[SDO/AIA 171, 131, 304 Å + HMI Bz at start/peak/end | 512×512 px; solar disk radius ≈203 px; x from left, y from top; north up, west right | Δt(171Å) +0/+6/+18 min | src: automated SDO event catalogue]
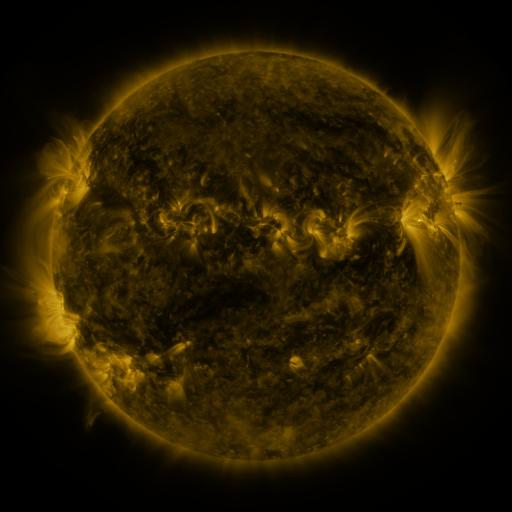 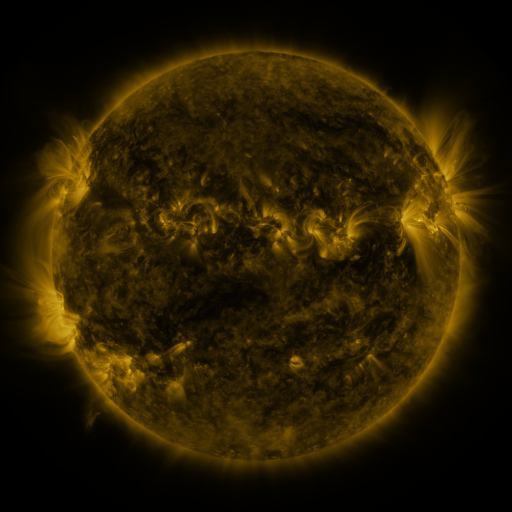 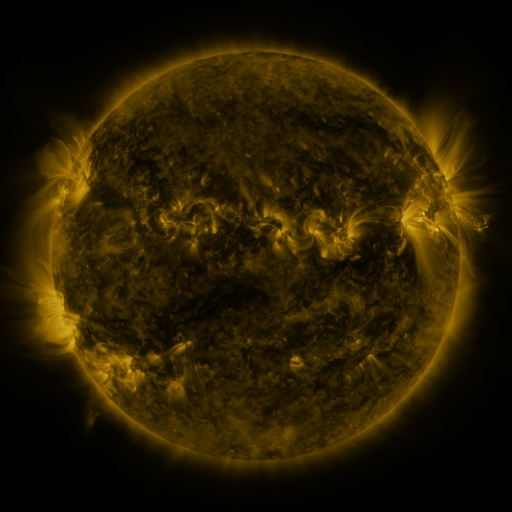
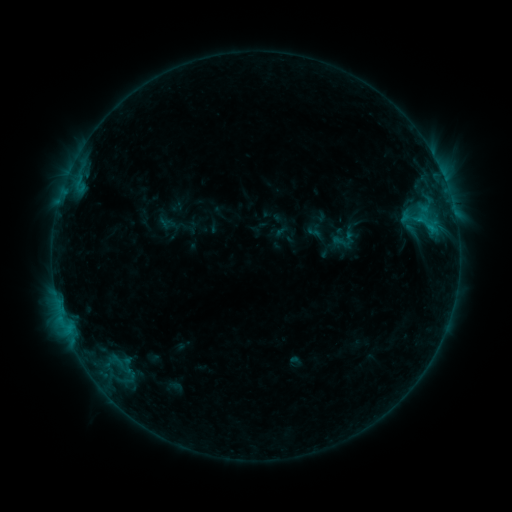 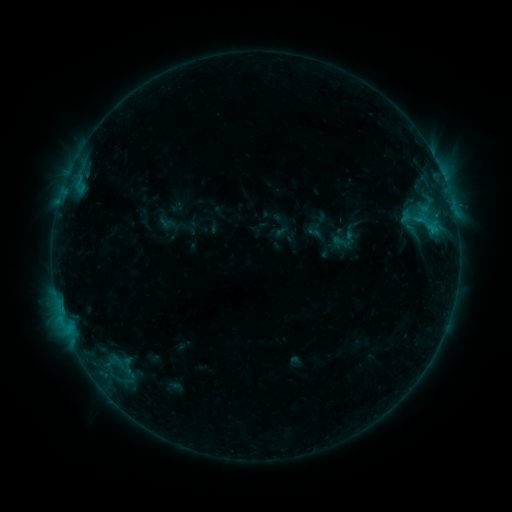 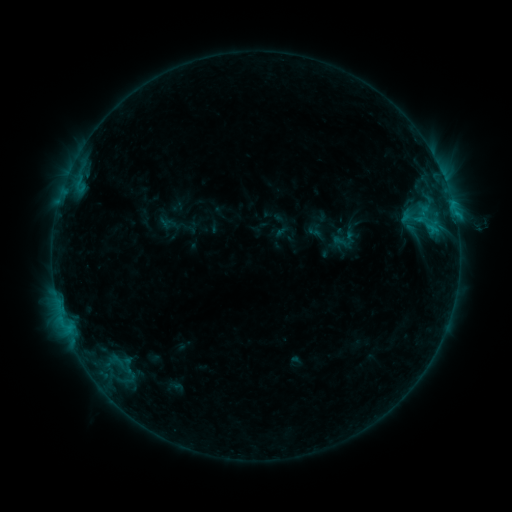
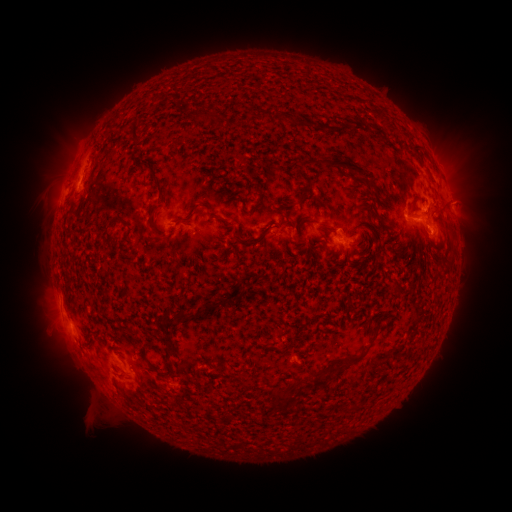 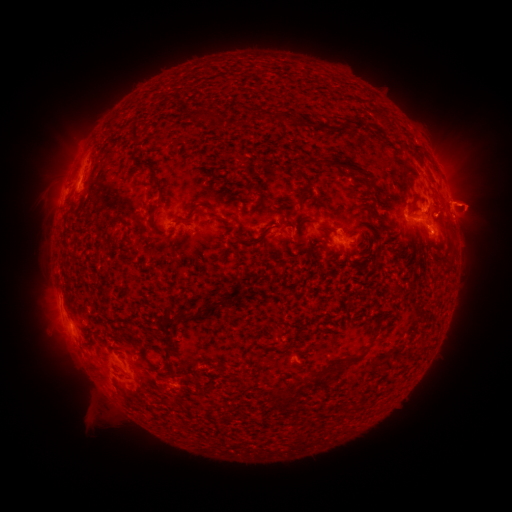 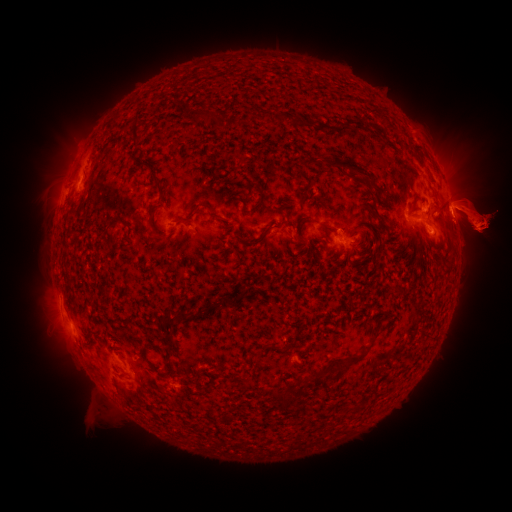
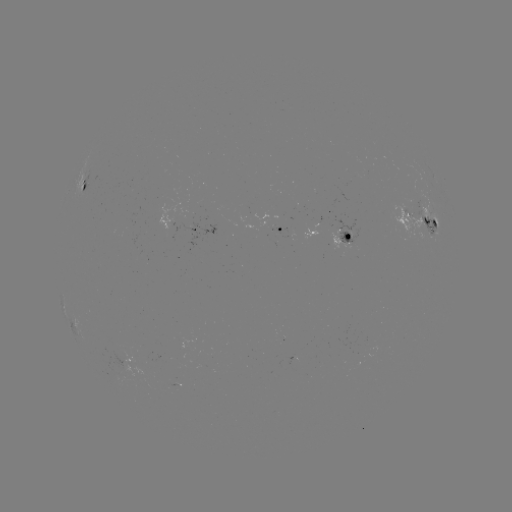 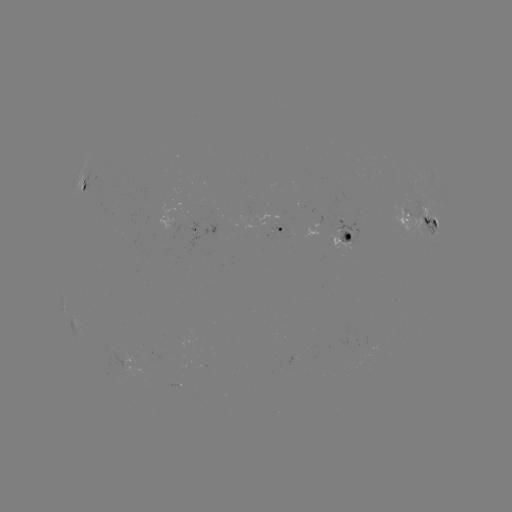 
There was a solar eruption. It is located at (472, 205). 